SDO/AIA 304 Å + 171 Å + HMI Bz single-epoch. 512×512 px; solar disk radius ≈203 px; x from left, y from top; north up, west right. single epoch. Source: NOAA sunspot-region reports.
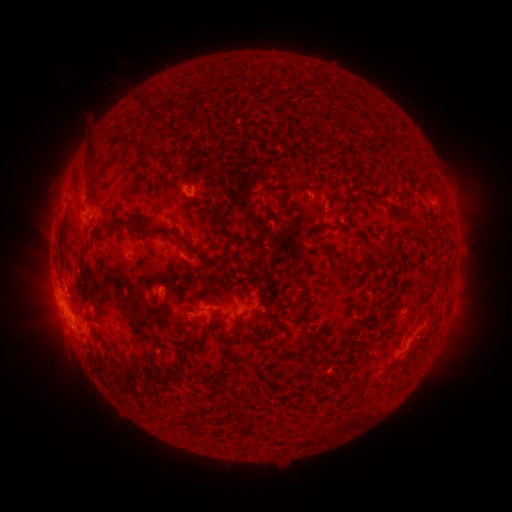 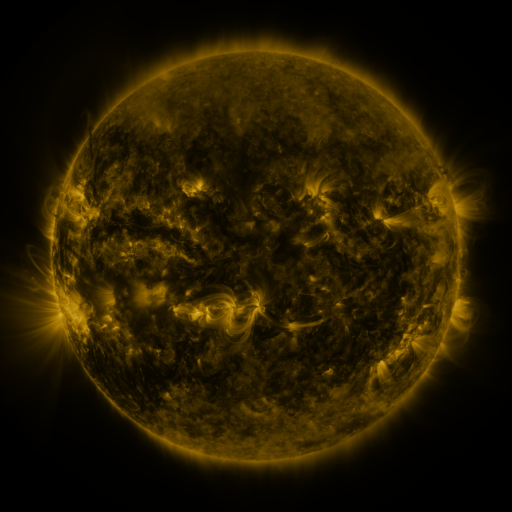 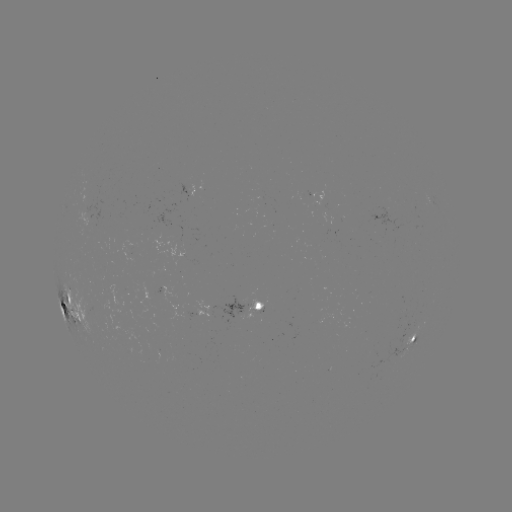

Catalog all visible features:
spotted active region: (256, 307)
spotted active region: (72, 308)
spotted active region: (416, 335)
